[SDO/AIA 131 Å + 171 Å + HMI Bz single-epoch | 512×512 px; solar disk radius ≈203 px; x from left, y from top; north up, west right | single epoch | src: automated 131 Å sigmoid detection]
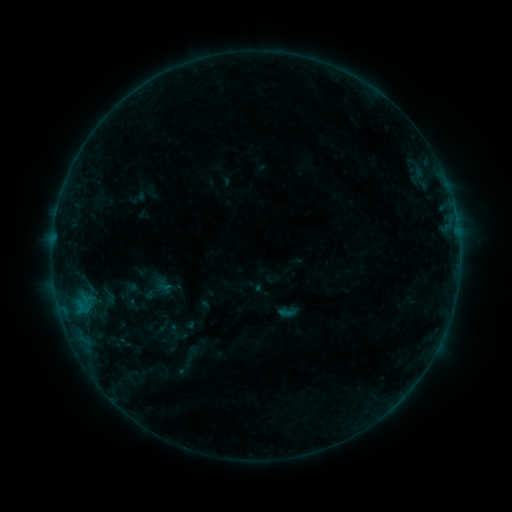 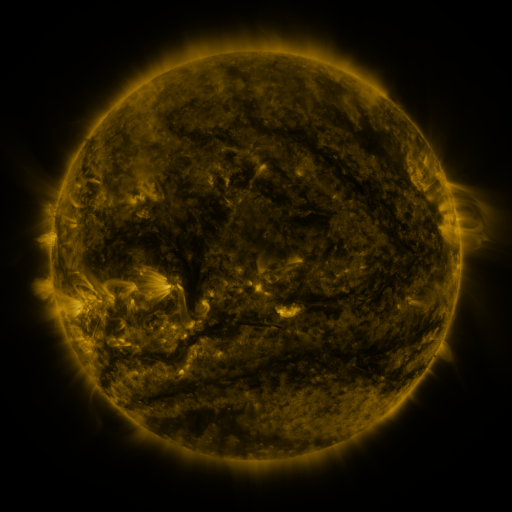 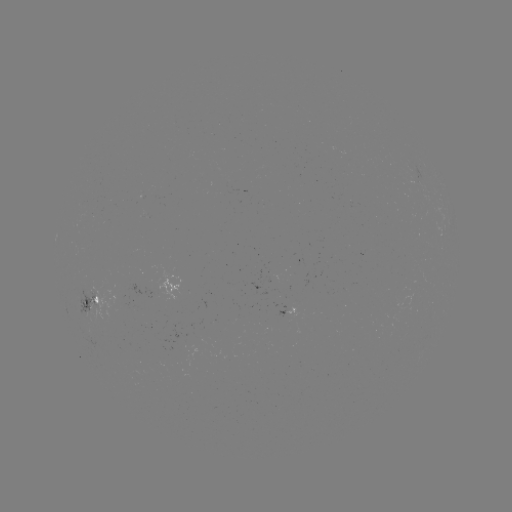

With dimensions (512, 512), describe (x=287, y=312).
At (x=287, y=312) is sigmoid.